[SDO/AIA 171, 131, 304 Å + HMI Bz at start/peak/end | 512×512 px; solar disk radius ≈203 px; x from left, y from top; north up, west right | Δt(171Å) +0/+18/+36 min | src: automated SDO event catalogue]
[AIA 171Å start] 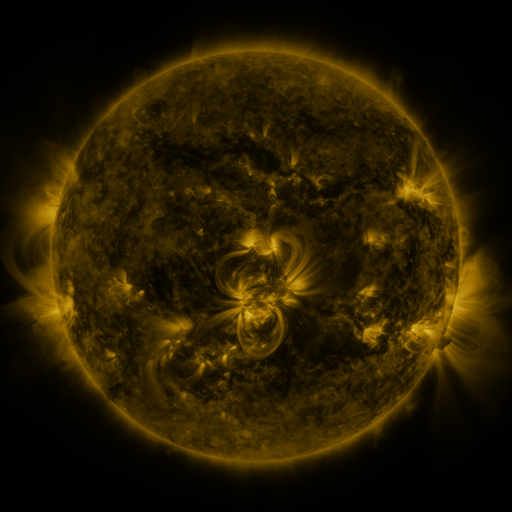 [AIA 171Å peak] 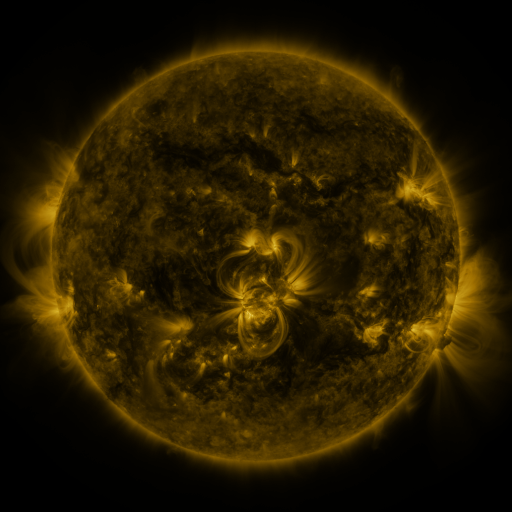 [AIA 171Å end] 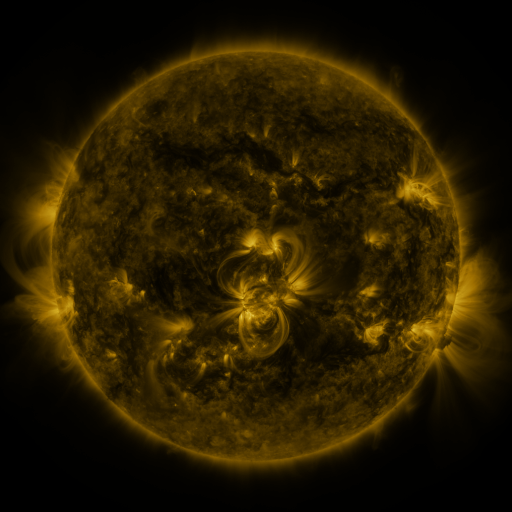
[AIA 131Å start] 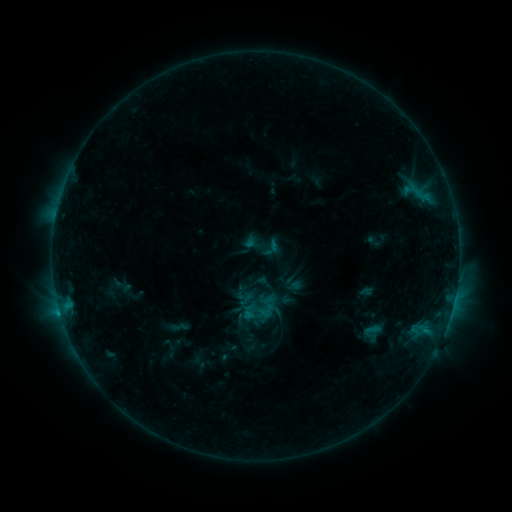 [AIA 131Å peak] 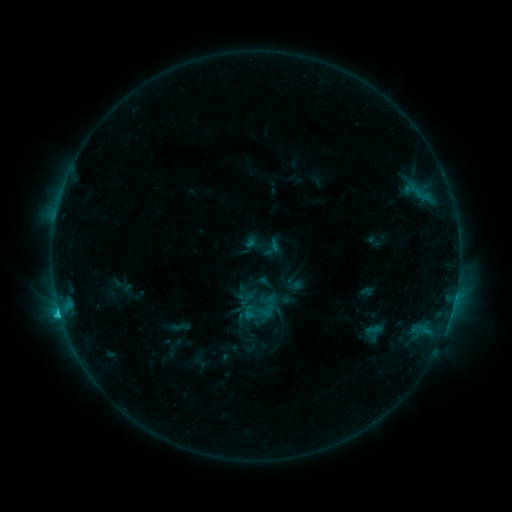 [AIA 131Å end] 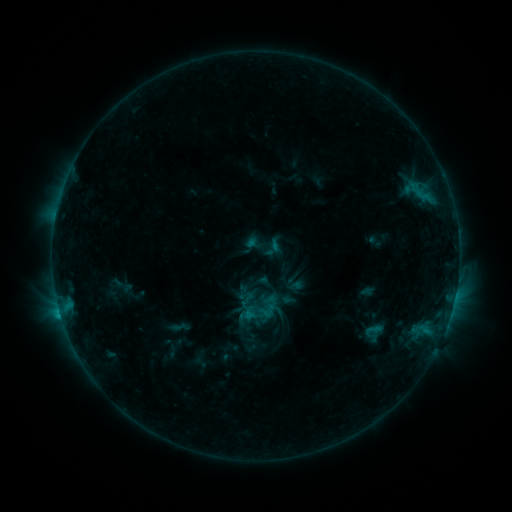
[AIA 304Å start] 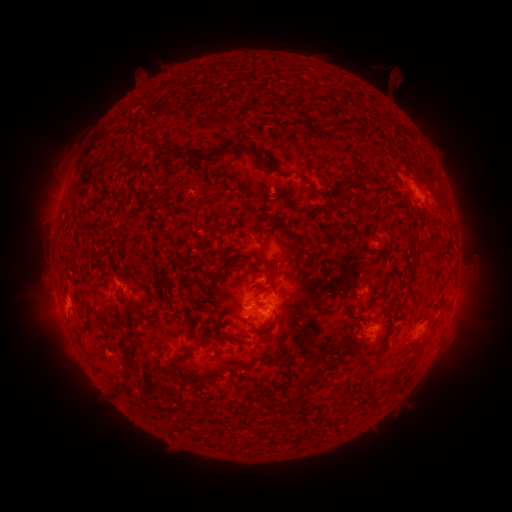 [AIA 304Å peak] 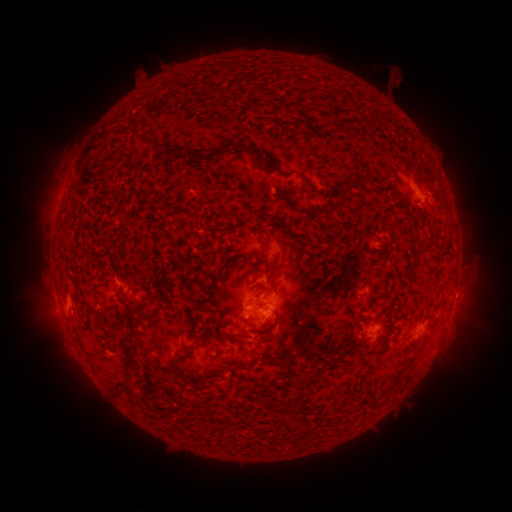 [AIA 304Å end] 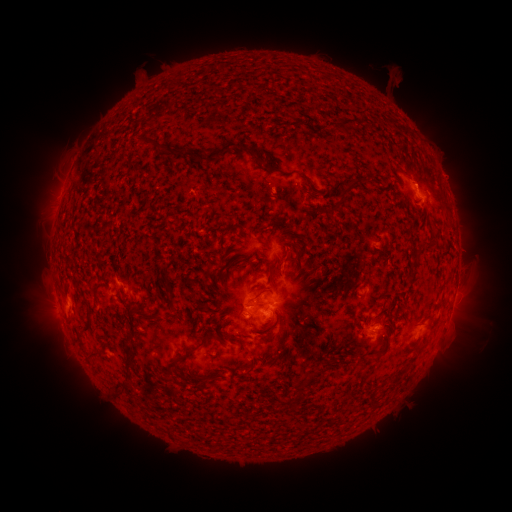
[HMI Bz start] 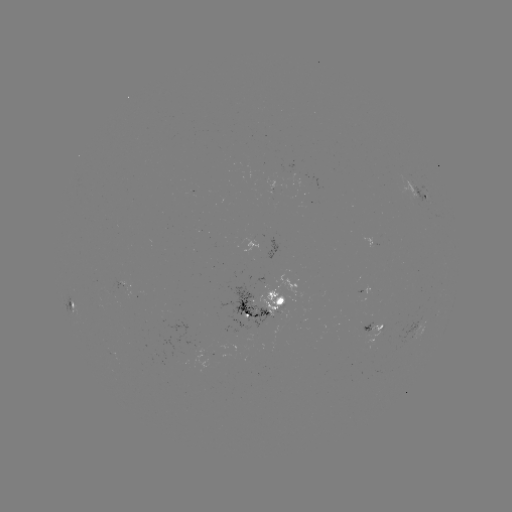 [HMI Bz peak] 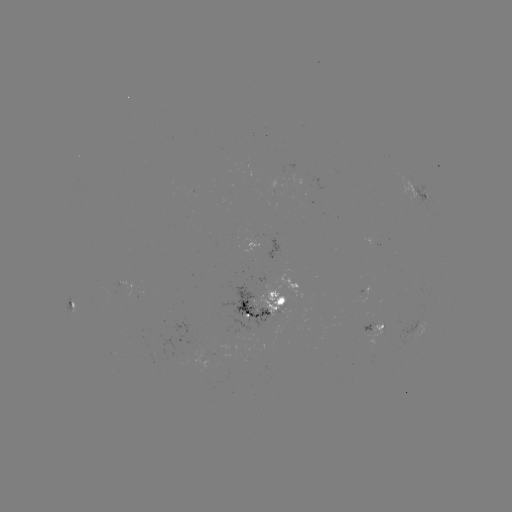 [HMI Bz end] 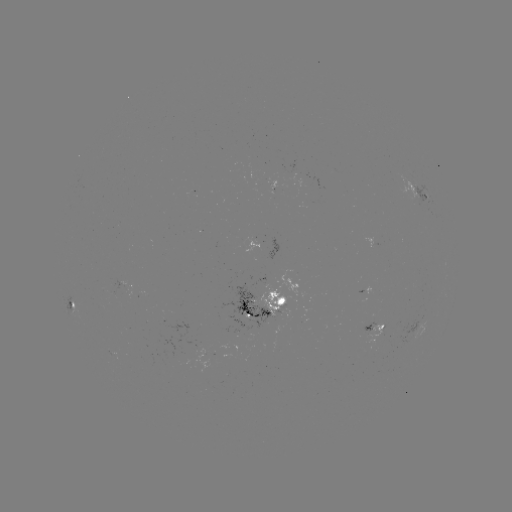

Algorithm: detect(C1.7 flare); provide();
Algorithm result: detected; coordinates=60,312